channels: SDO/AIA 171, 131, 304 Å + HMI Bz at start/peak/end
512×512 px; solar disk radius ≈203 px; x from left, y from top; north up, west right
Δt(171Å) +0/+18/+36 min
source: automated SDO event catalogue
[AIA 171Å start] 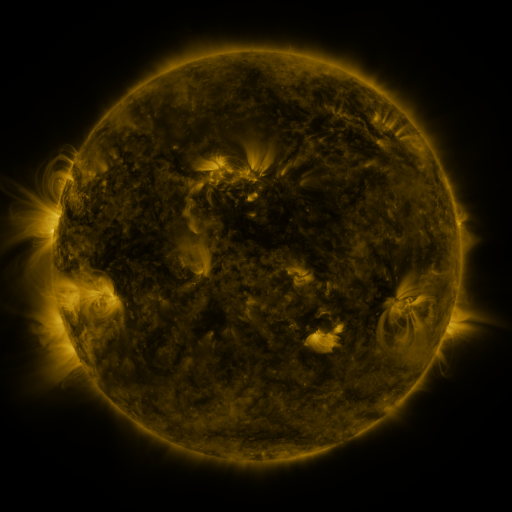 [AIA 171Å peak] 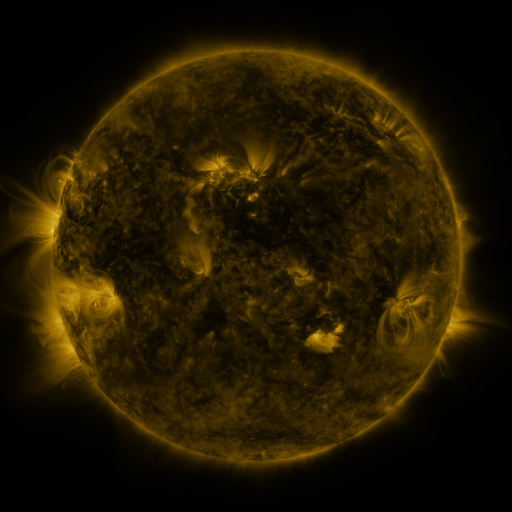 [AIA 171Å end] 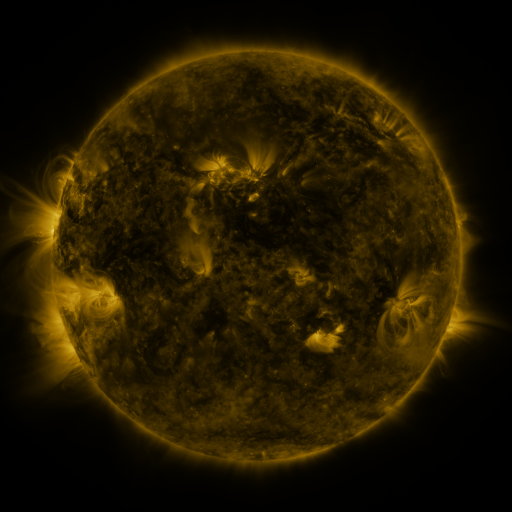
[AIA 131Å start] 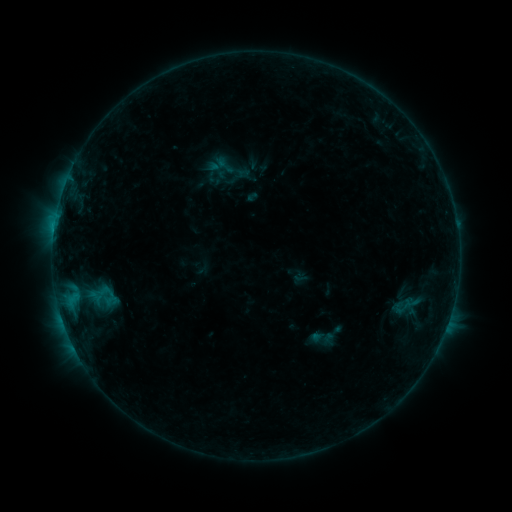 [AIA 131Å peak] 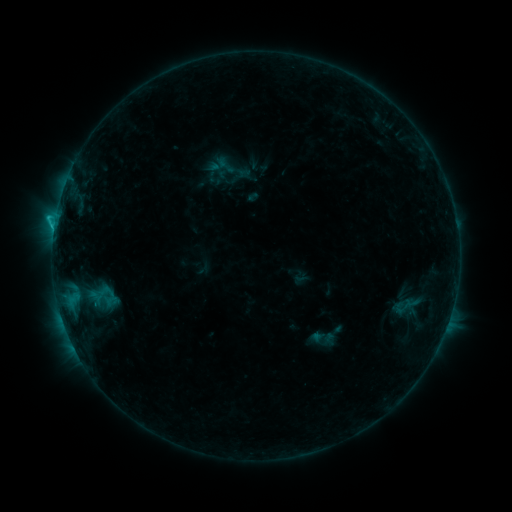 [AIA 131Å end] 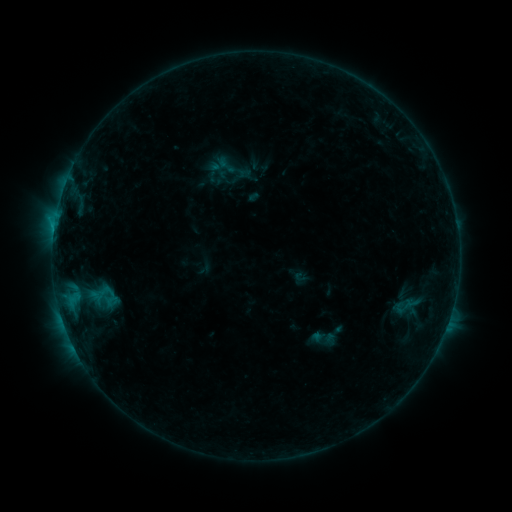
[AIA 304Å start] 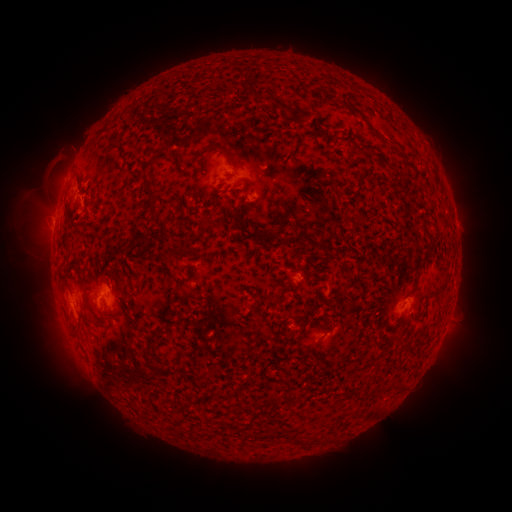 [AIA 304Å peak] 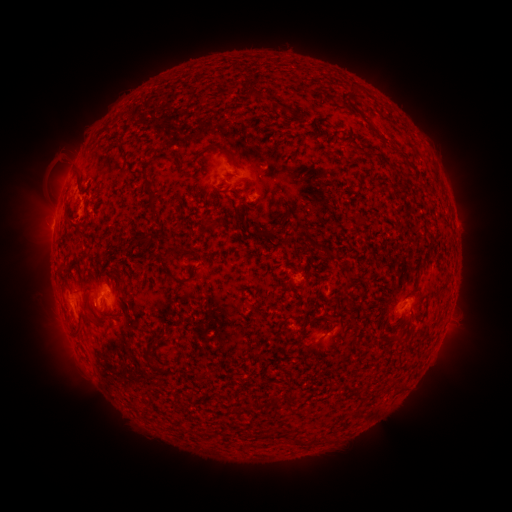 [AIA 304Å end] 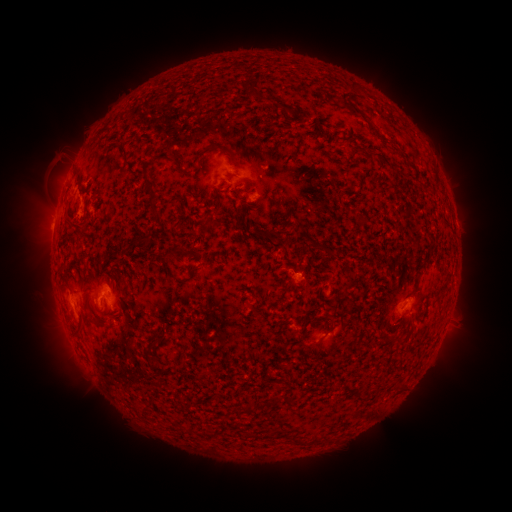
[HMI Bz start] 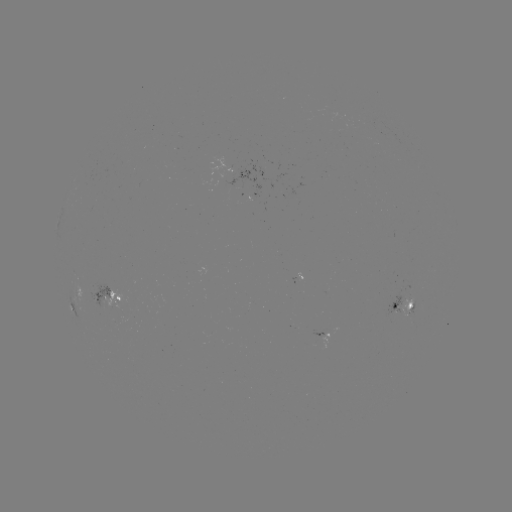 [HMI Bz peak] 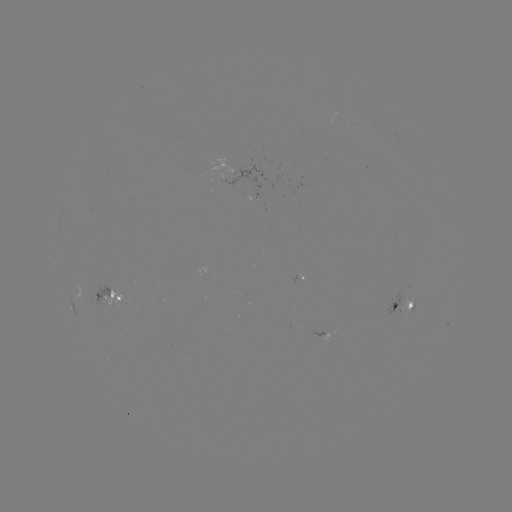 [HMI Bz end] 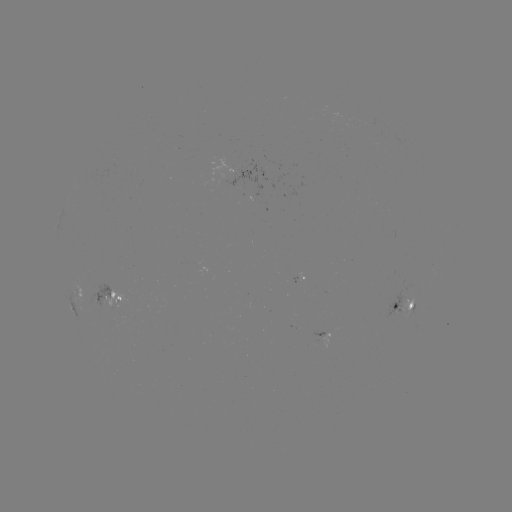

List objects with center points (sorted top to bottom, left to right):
B8.9 flare: (56, 220)
